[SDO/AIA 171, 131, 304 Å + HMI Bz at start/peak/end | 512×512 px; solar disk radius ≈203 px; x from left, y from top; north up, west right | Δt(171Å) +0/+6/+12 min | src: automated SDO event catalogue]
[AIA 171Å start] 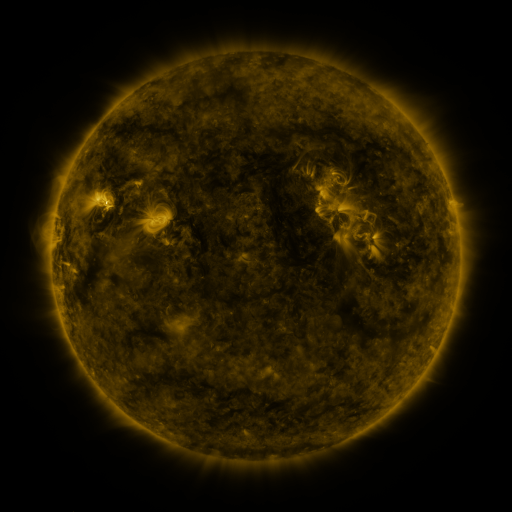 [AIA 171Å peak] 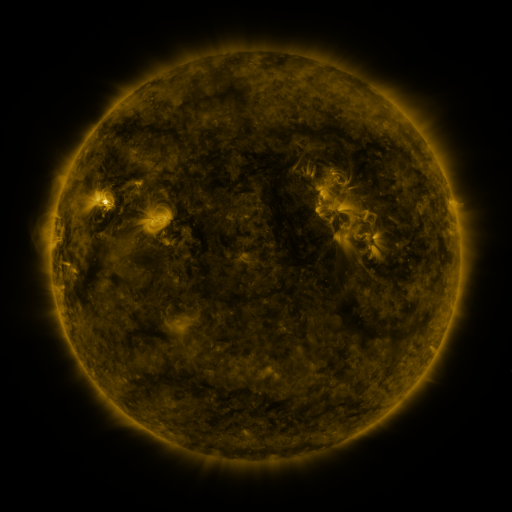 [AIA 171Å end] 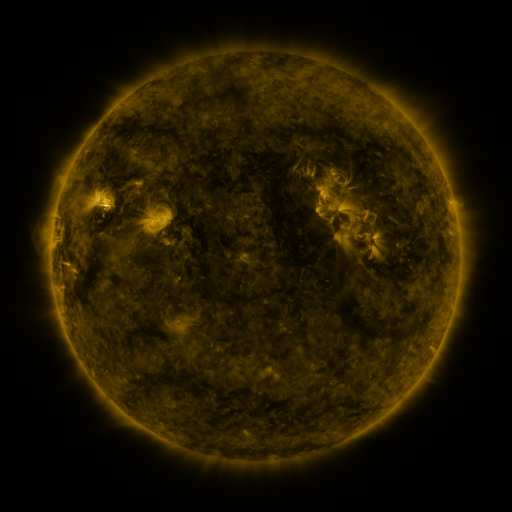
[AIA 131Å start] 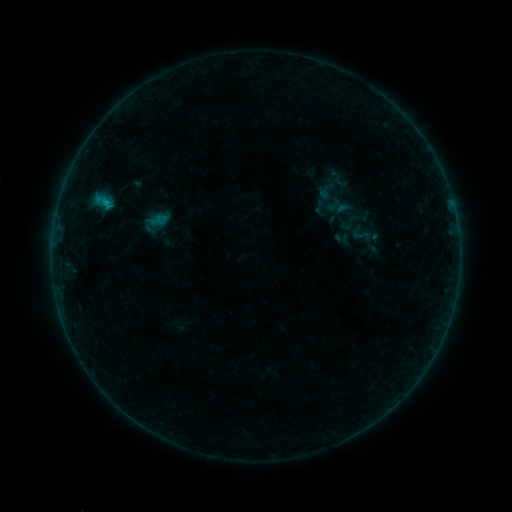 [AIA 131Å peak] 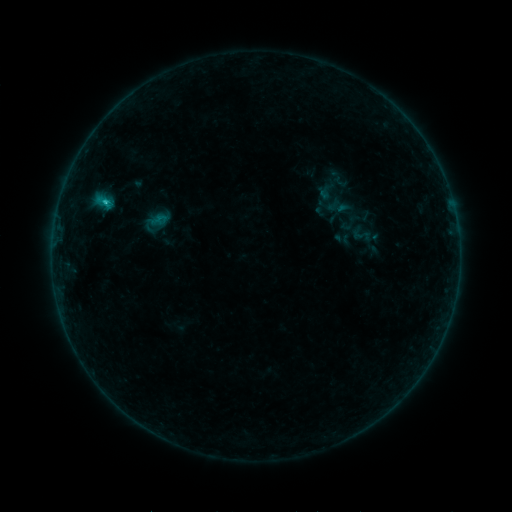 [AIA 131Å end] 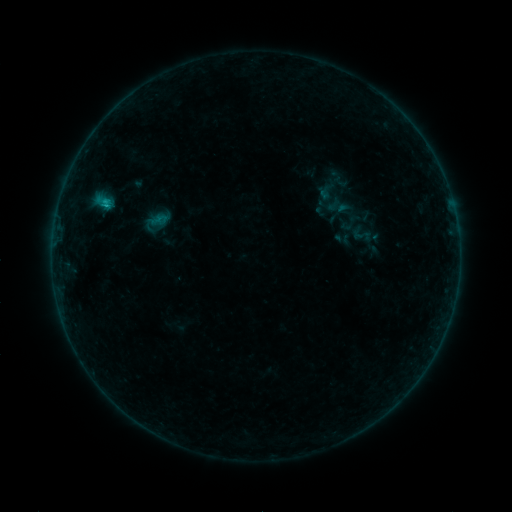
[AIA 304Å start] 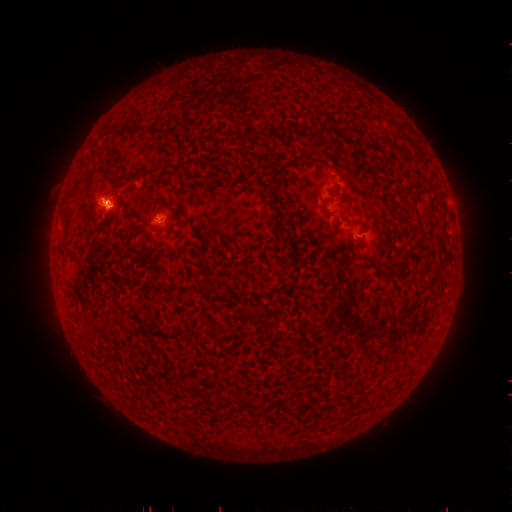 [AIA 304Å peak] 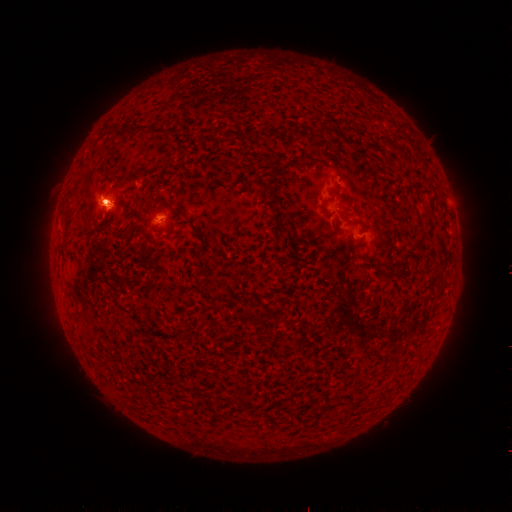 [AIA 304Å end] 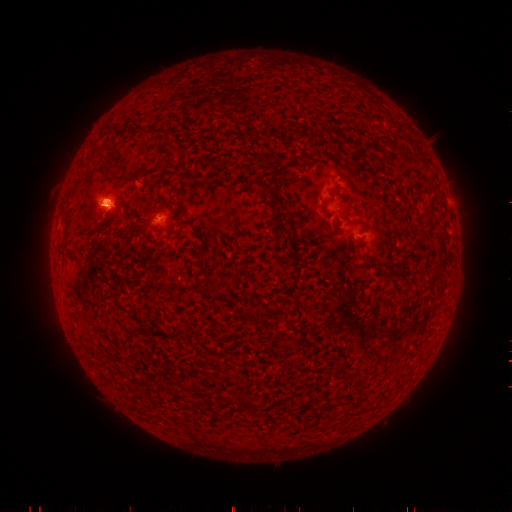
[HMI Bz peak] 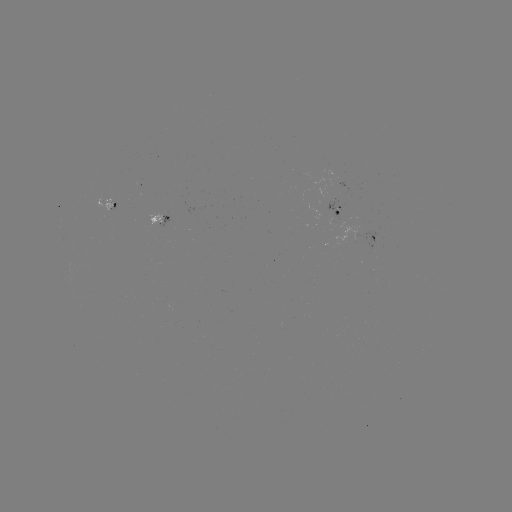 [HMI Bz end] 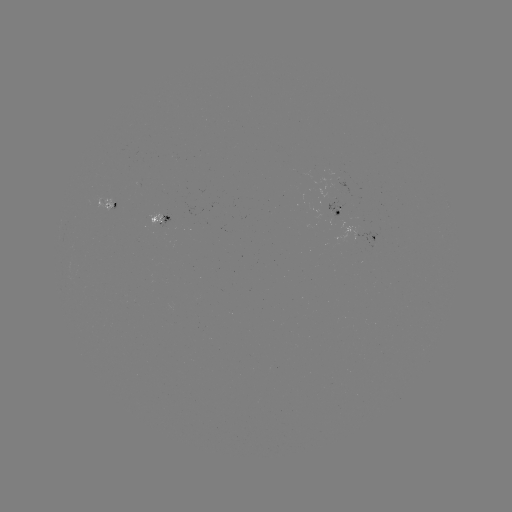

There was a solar flare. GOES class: B5.4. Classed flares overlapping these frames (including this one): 1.